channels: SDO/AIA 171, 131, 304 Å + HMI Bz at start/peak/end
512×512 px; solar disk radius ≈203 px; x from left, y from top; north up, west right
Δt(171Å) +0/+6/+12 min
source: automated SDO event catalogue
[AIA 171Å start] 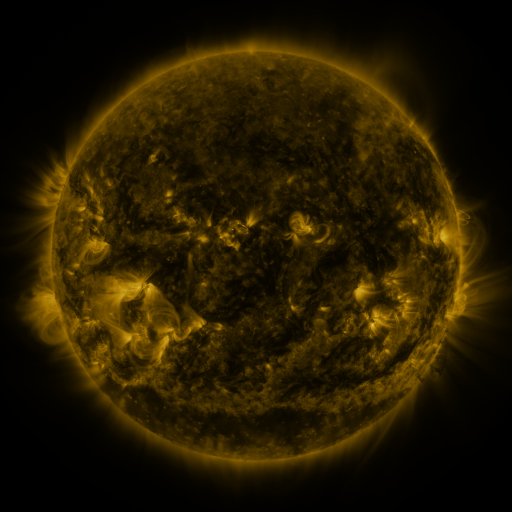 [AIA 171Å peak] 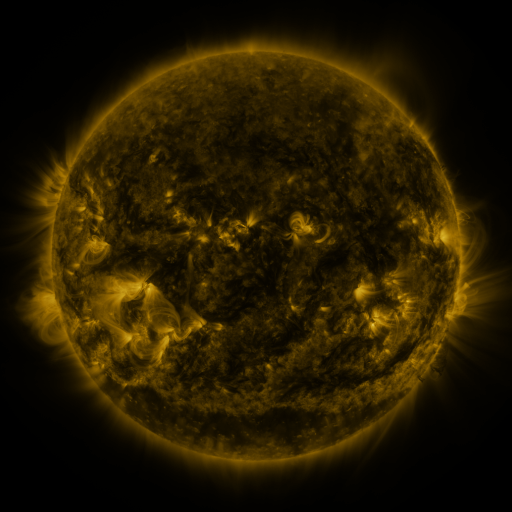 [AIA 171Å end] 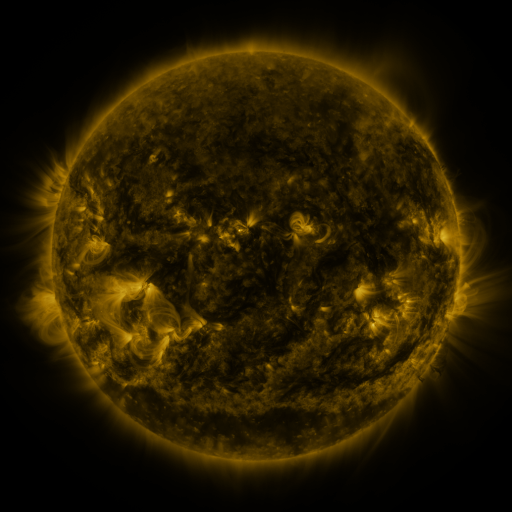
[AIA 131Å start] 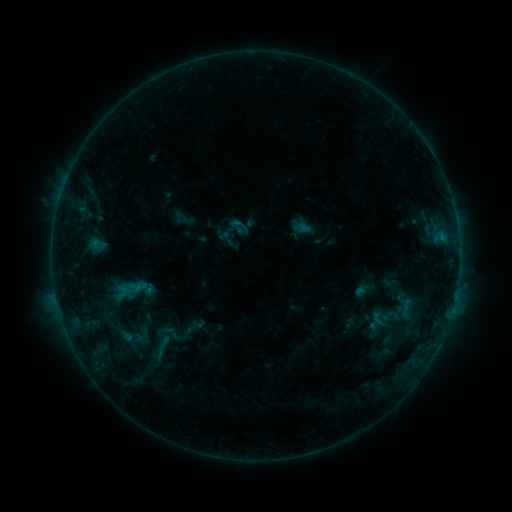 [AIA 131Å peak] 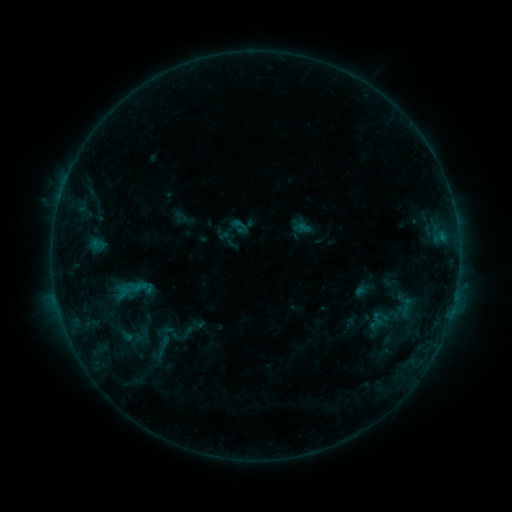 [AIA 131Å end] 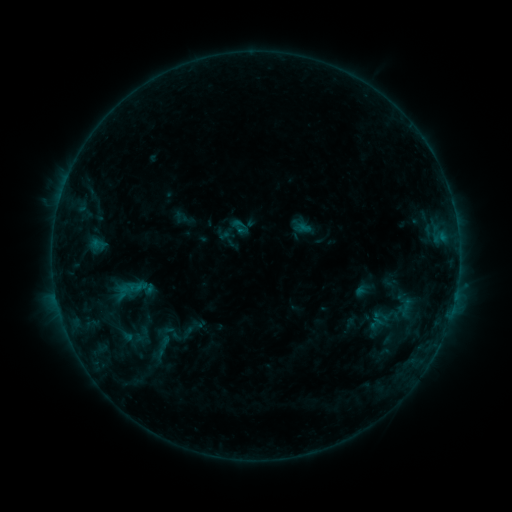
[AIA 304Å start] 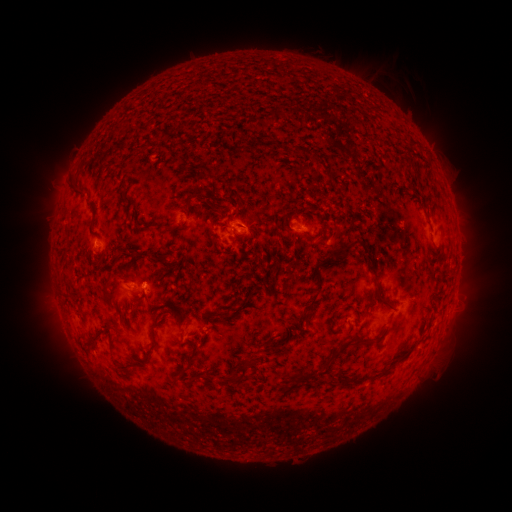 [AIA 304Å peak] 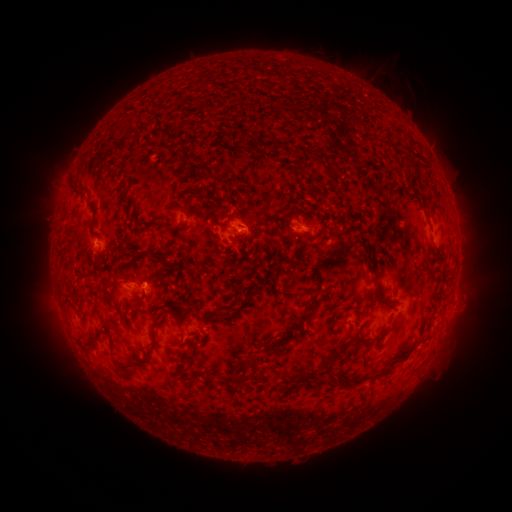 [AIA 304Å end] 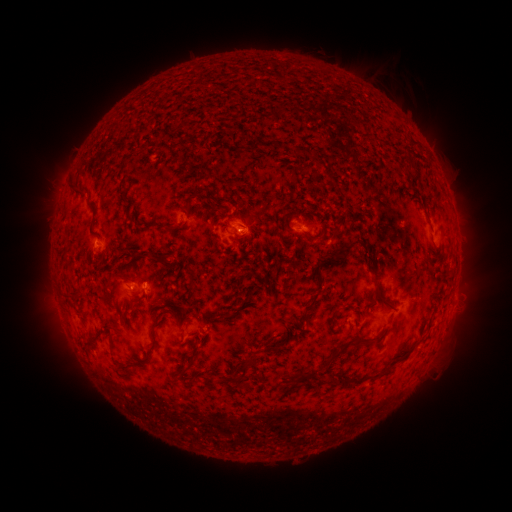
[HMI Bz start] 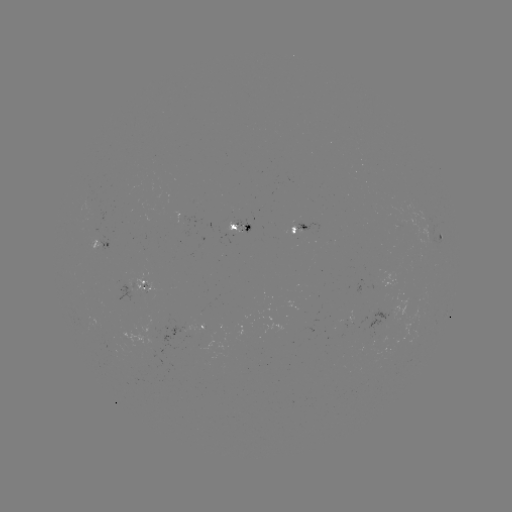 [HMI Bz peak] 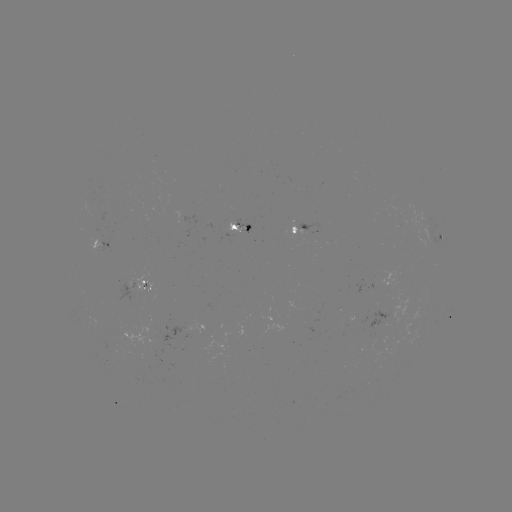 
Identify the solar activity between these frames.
no flare in any classed list; no EUV-trigger detection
